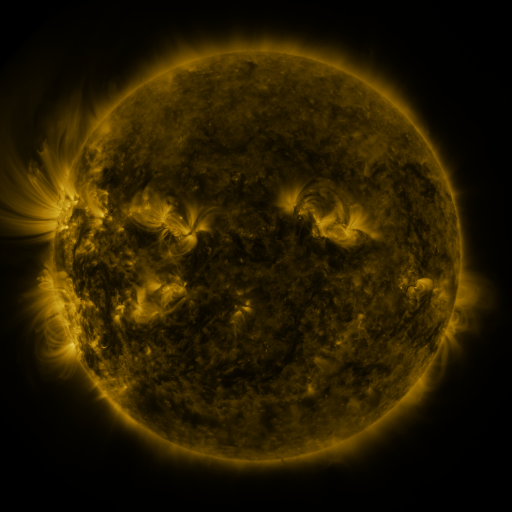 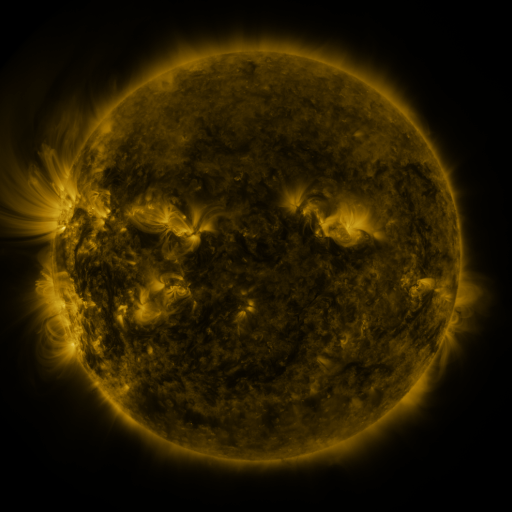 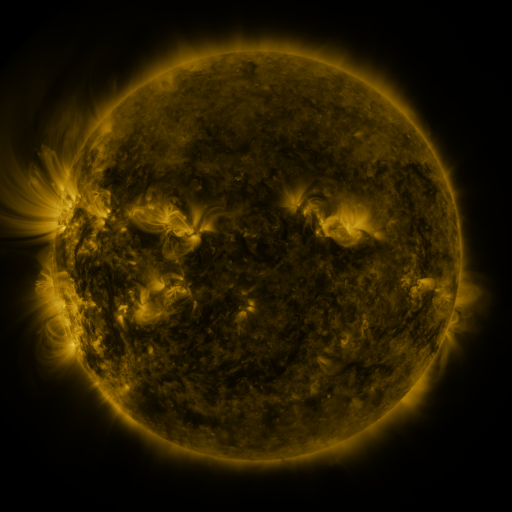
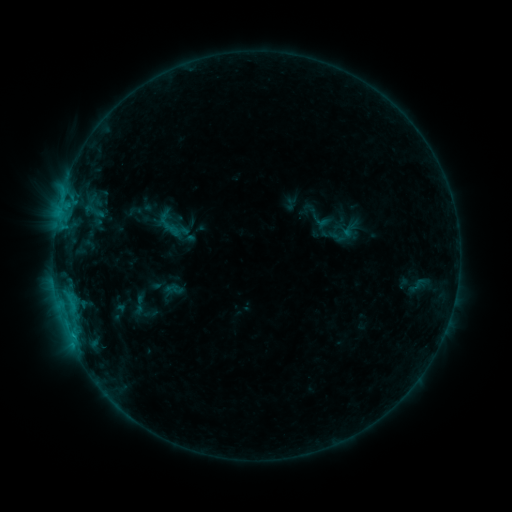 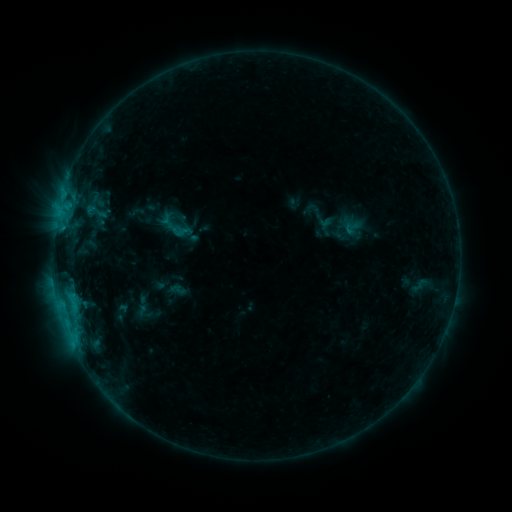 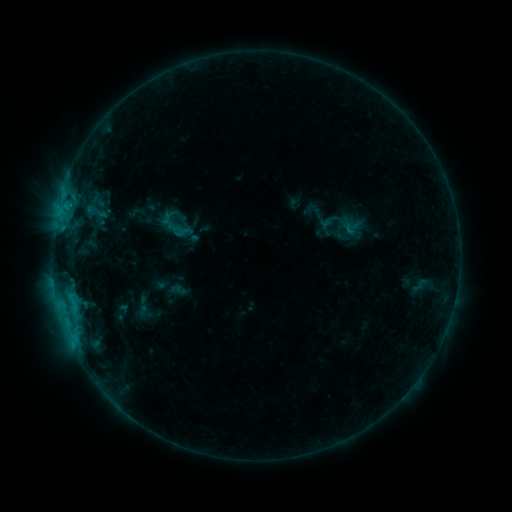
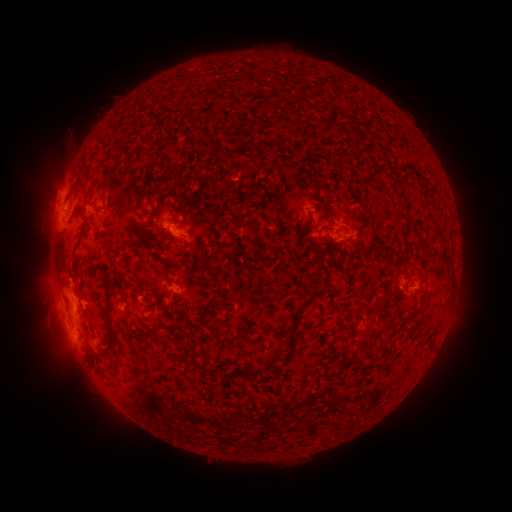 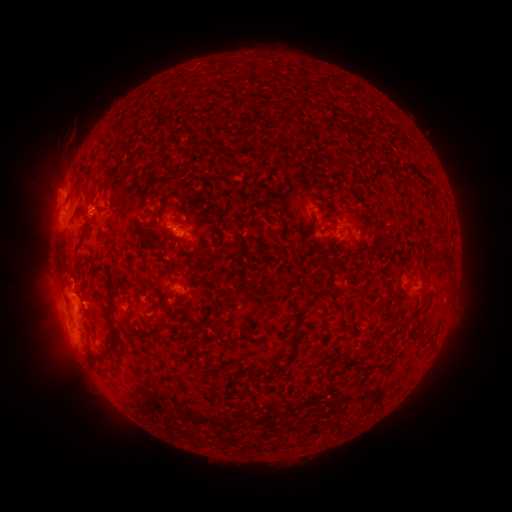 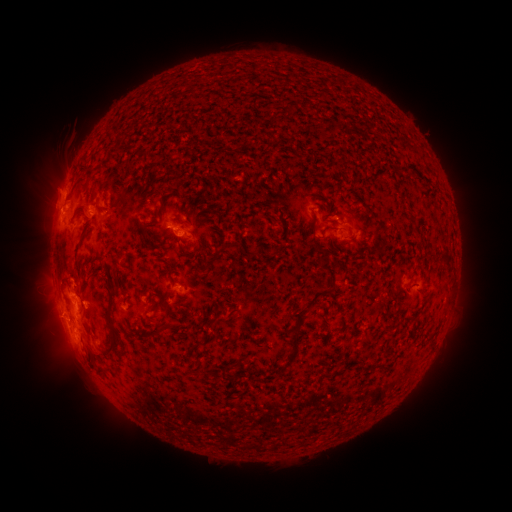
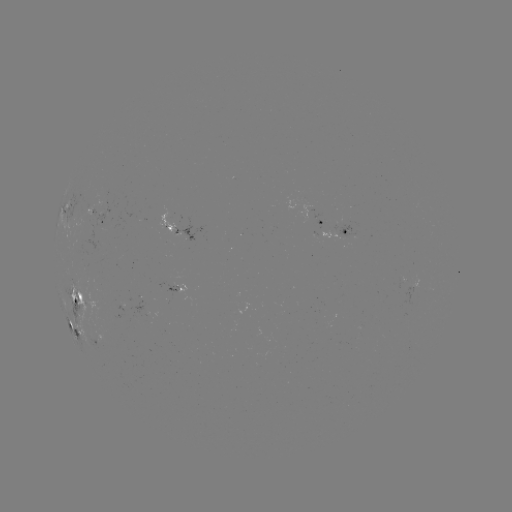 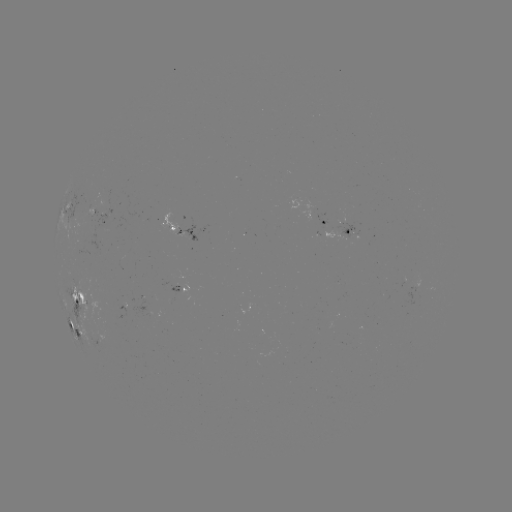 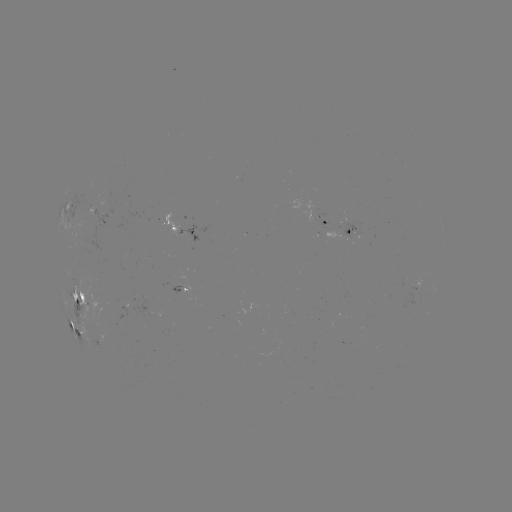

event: emerging-flux region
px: (335, 232)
